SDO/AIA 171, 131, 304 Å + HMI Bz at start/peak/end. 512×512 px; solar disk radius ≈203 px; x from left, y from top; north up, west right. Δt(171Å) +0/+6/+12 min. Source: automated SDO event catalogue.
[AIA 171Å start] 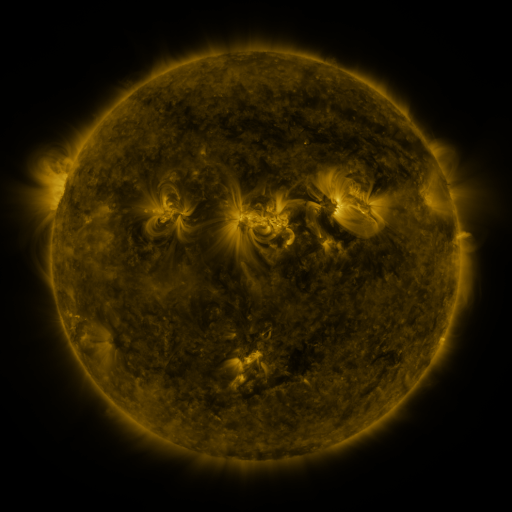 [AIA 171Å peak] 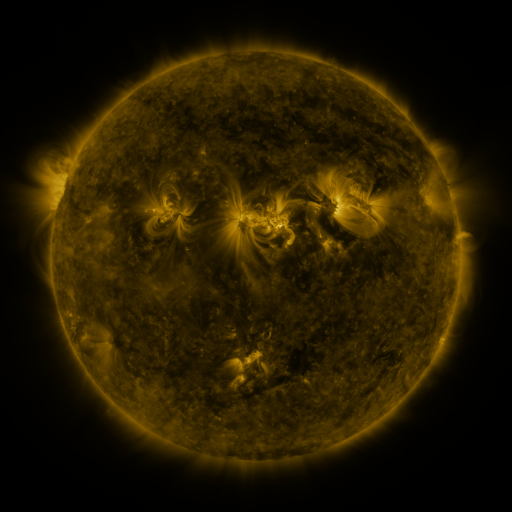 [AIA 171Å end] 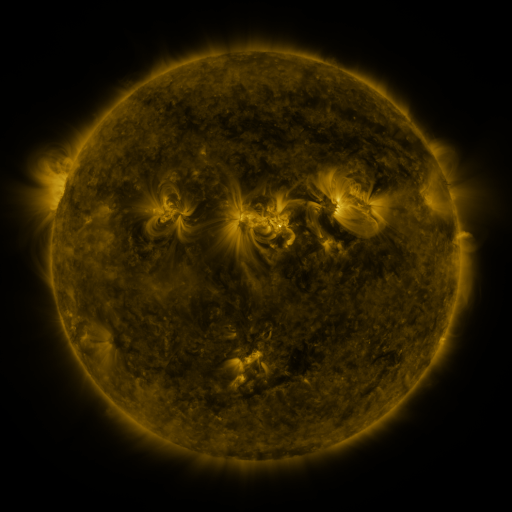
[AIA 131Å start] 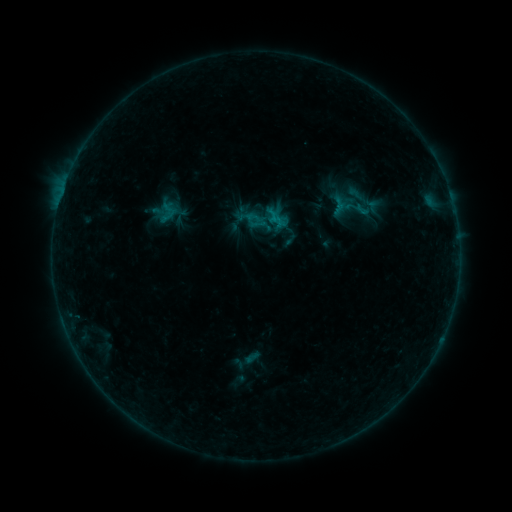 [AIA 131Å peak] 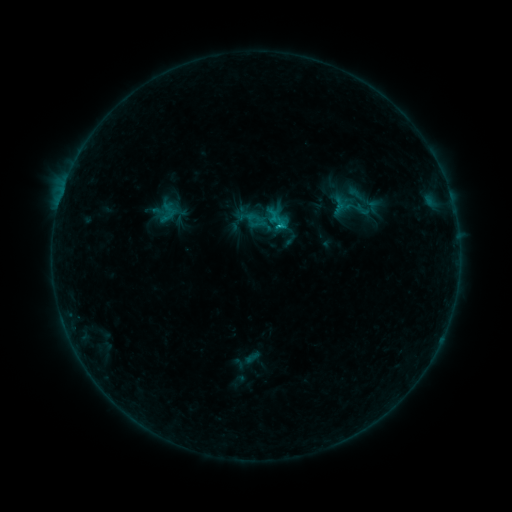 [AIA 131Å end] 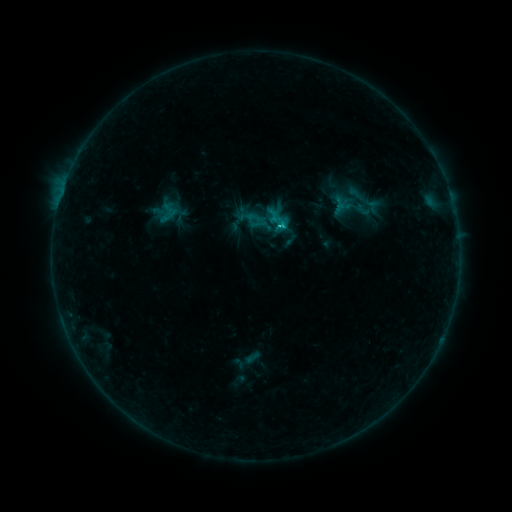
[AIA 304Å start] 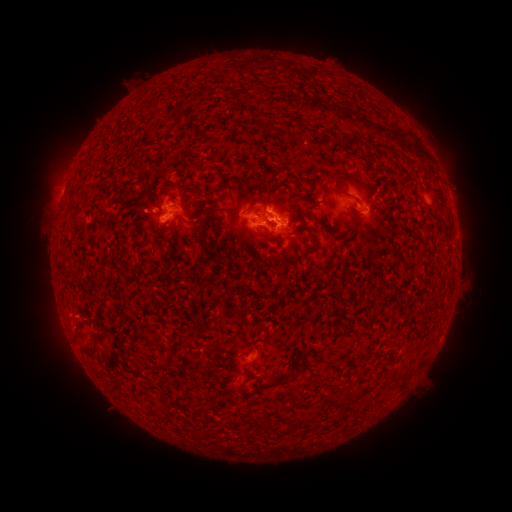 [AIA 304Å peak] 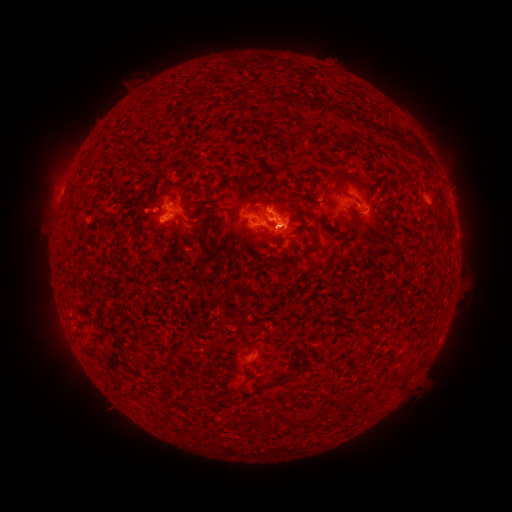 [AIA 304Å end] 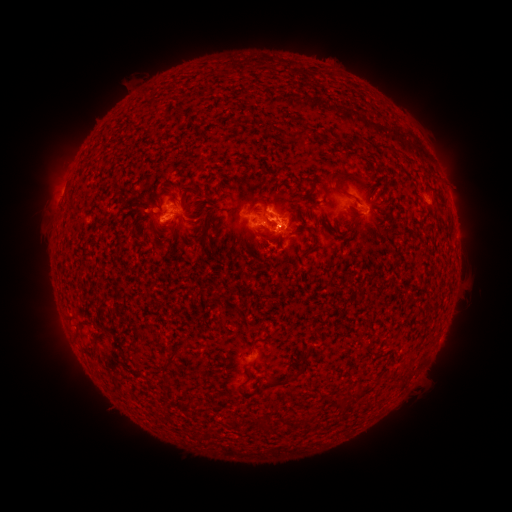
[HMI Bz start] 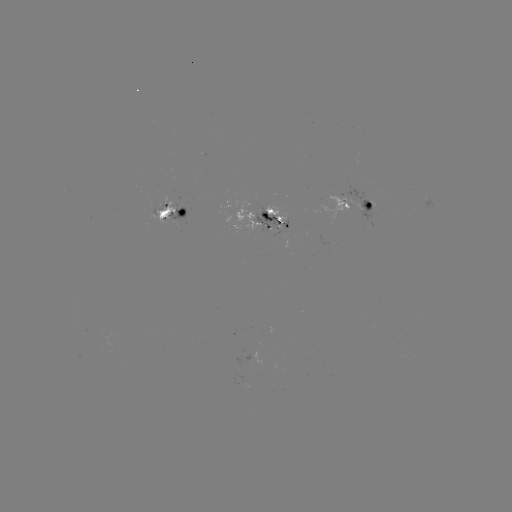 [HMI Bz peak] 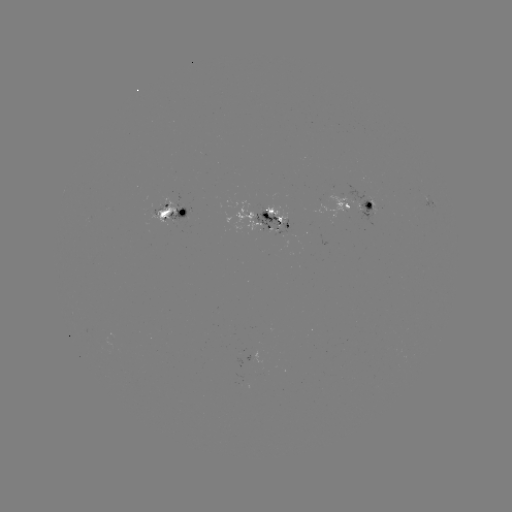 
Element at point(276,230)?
C1.3 flare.